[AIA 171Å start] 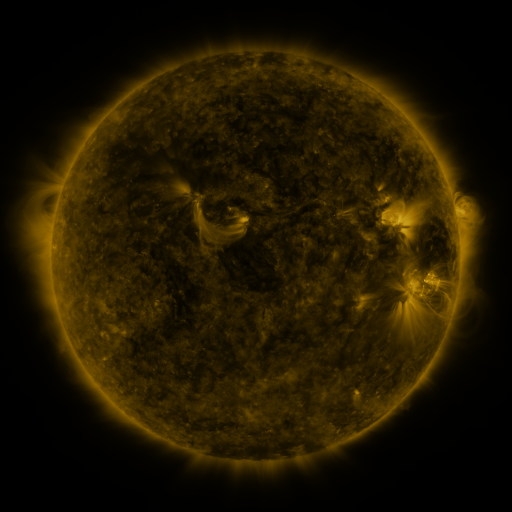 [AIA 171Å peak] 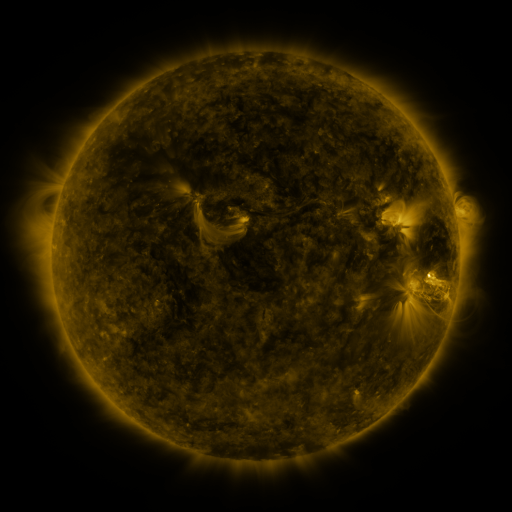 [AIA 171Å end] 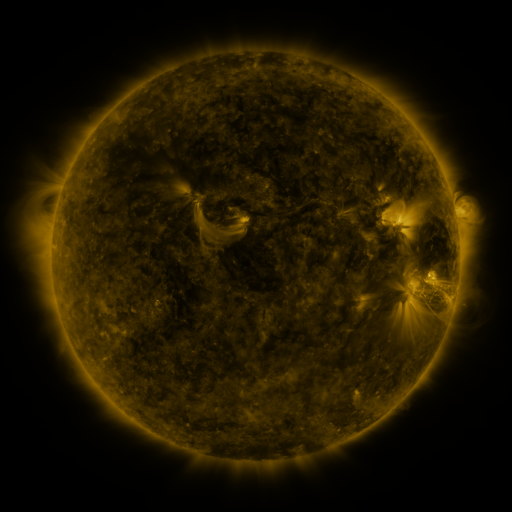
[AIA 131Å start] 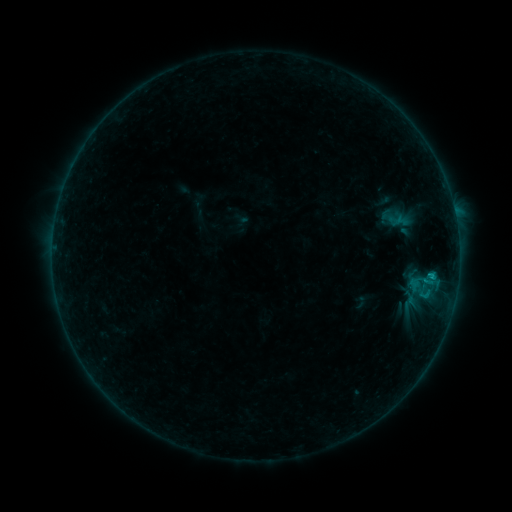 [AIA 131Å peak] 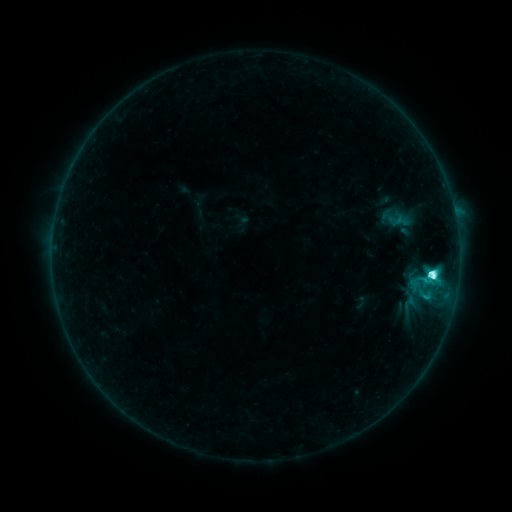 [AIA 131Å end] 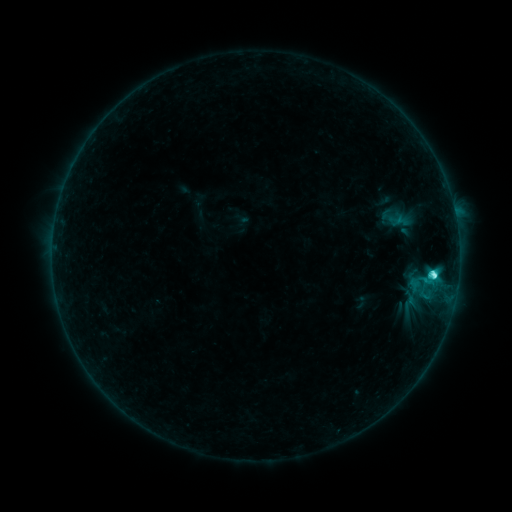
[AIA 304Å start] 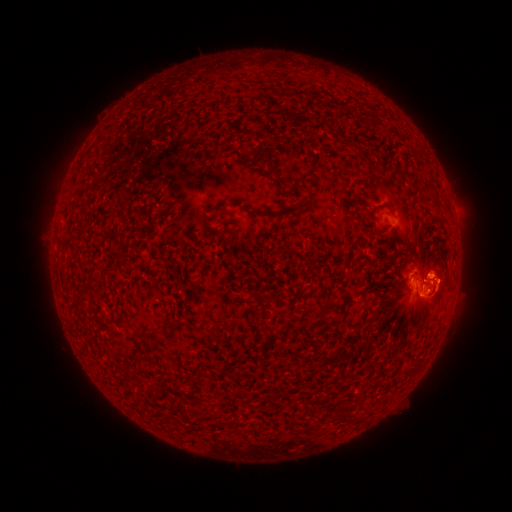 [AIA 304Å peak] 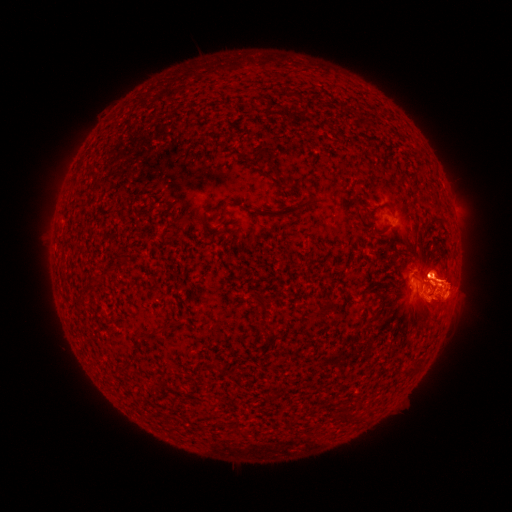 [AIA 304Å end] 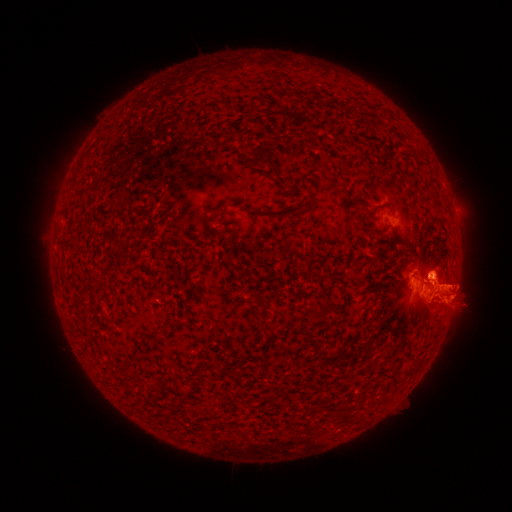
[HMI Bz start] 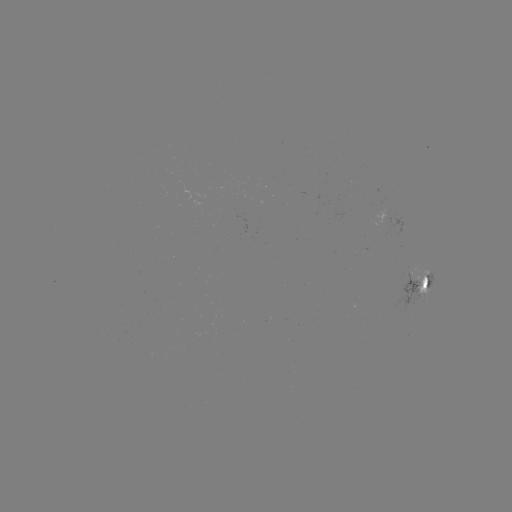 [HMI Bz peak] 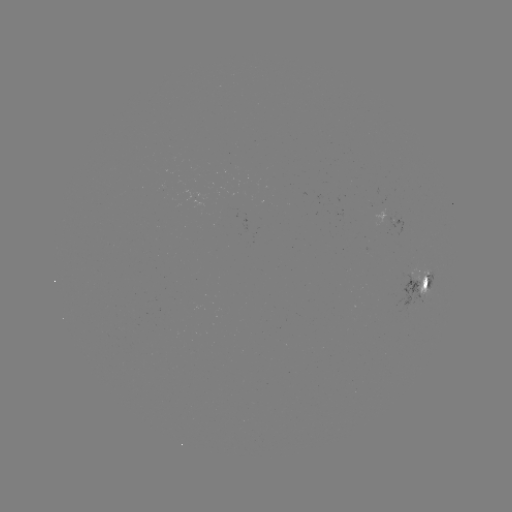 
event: eruption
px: (375, 284)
